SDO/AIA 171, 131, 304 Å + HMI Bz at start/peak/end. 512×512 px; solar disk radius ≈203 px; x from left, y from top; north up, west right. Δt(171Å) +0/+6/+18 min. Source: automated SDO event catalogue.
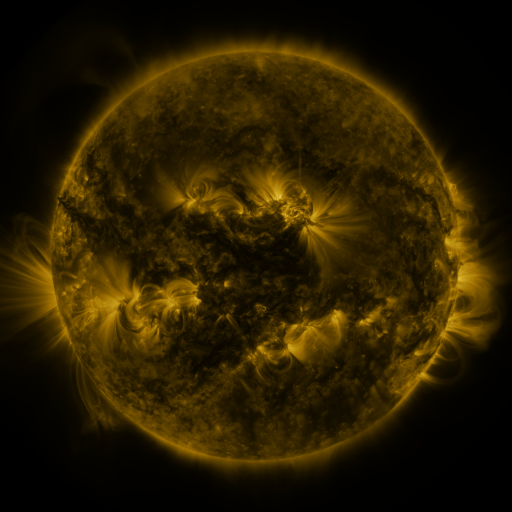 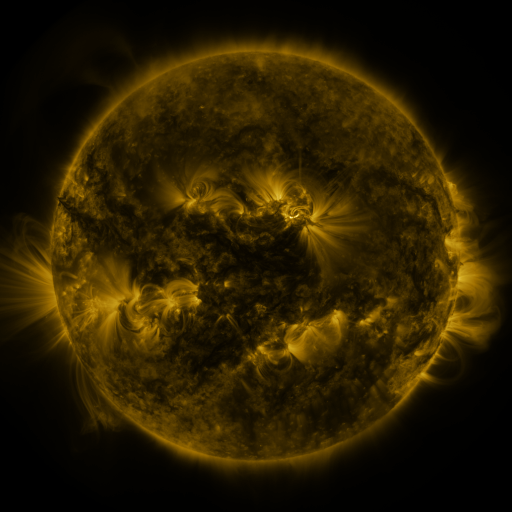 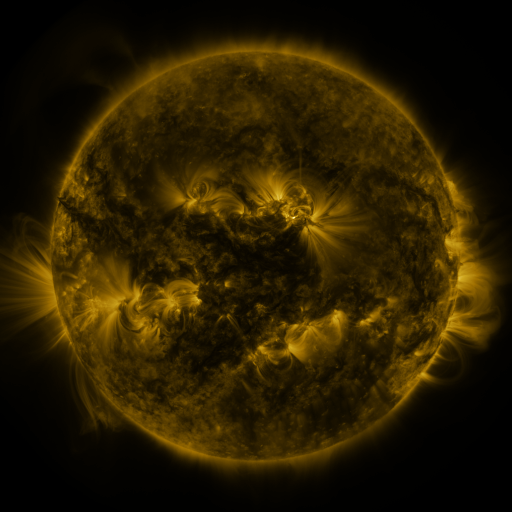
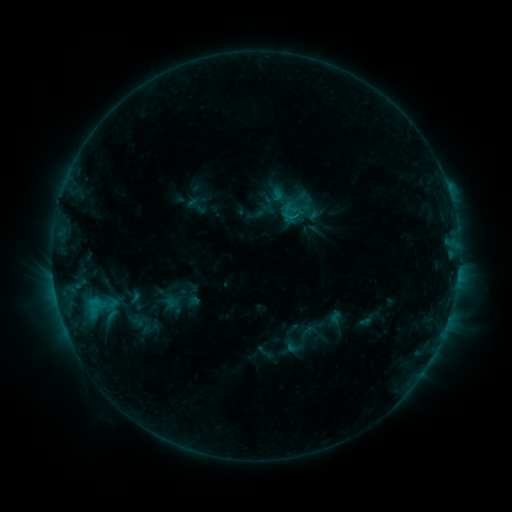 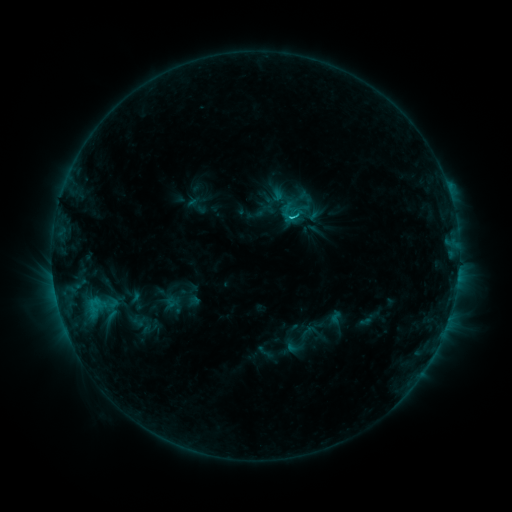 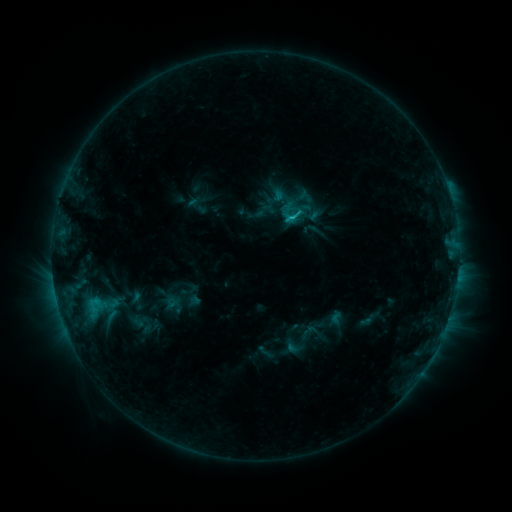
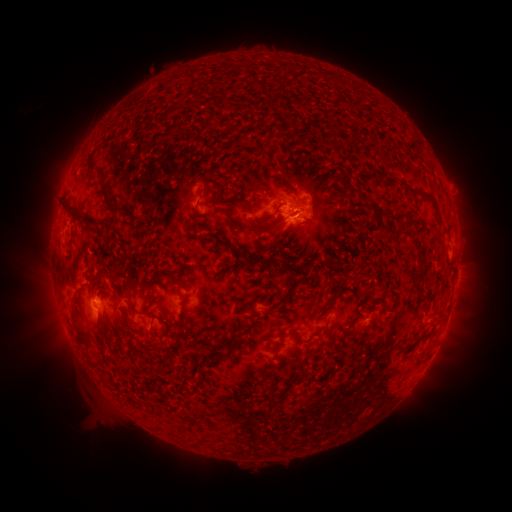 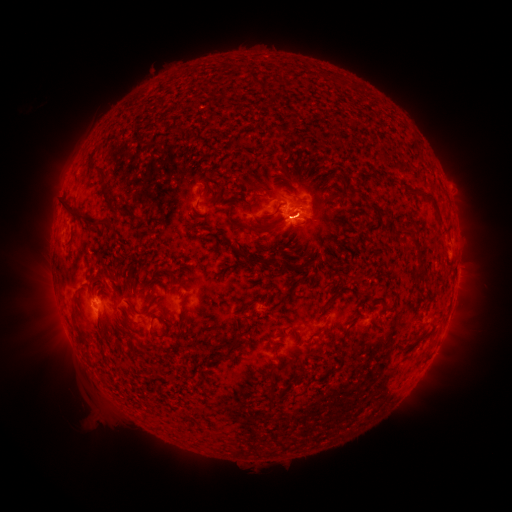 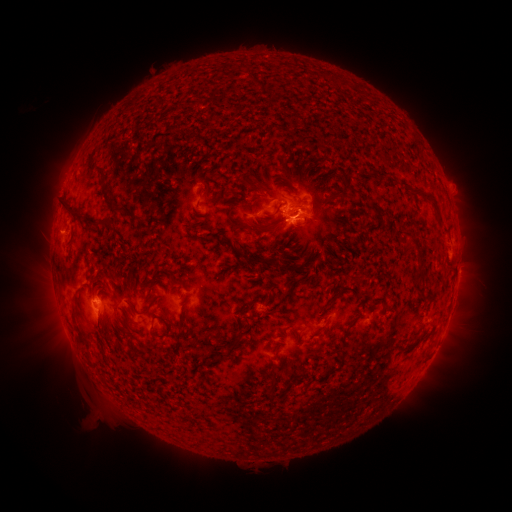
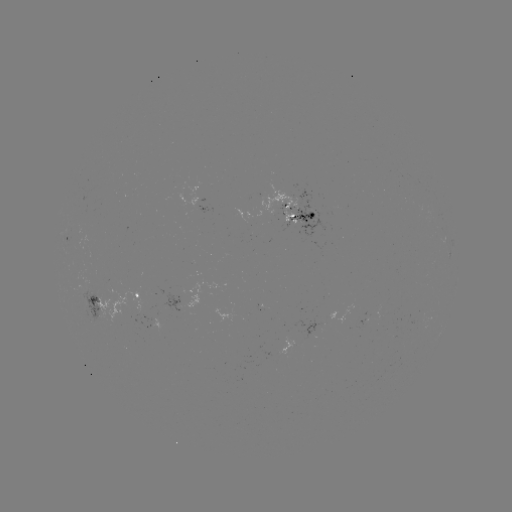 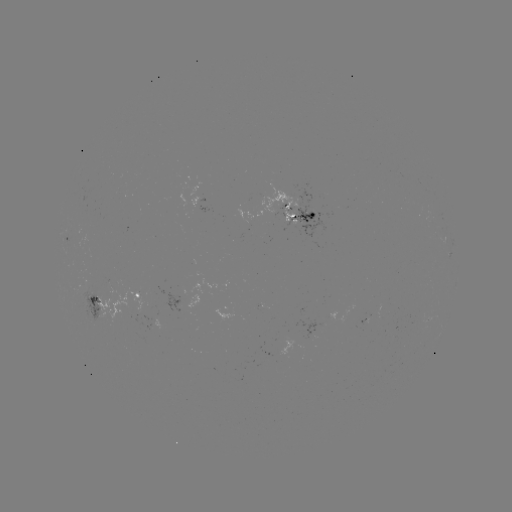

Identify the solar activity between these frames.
C2.3 flare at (290, 221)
